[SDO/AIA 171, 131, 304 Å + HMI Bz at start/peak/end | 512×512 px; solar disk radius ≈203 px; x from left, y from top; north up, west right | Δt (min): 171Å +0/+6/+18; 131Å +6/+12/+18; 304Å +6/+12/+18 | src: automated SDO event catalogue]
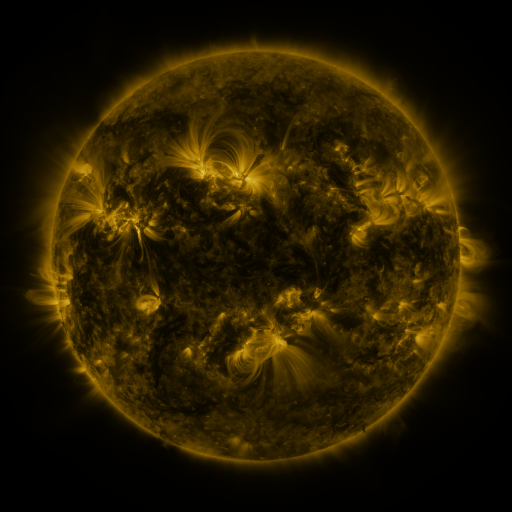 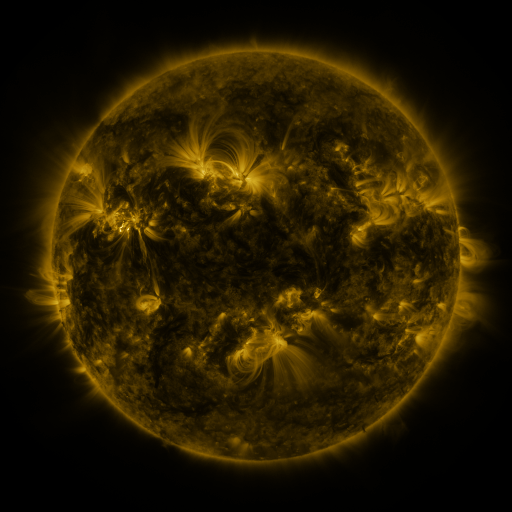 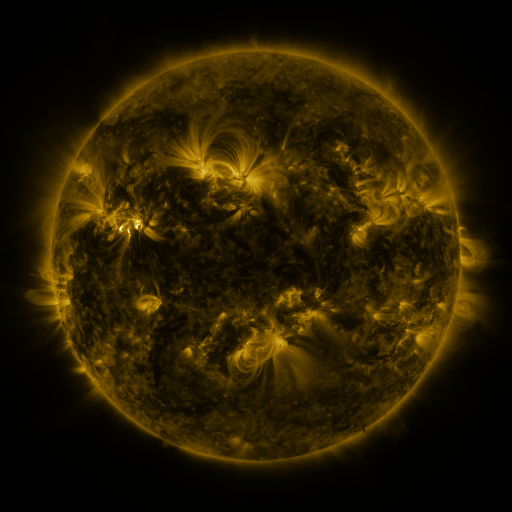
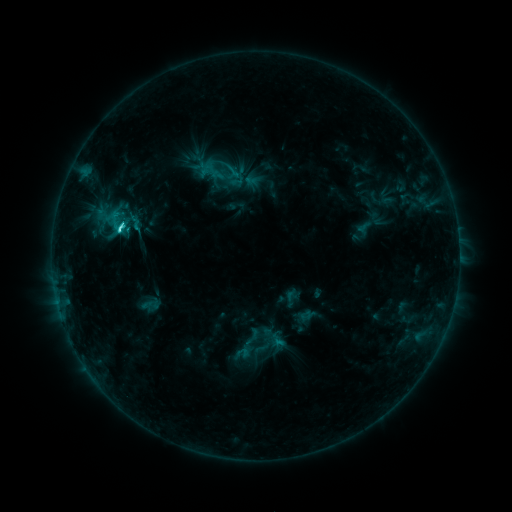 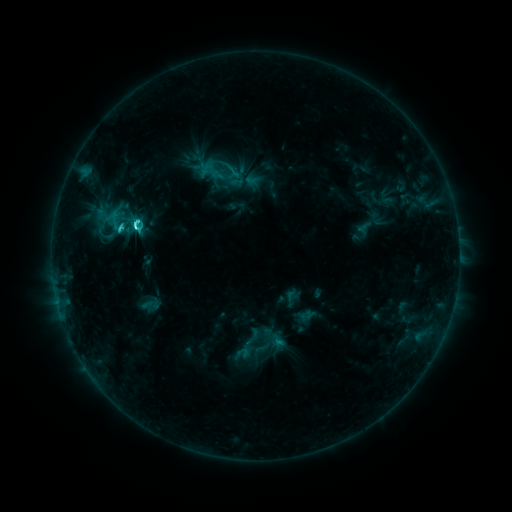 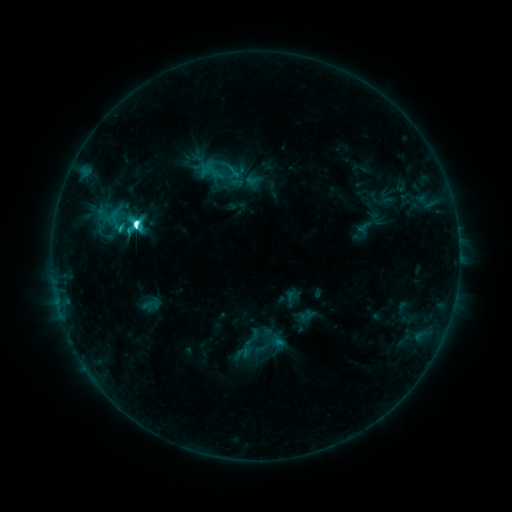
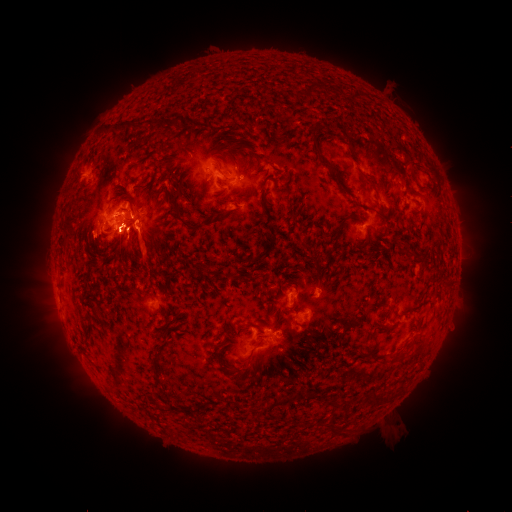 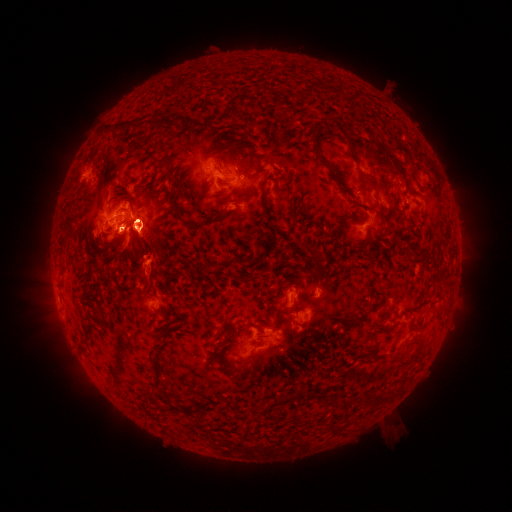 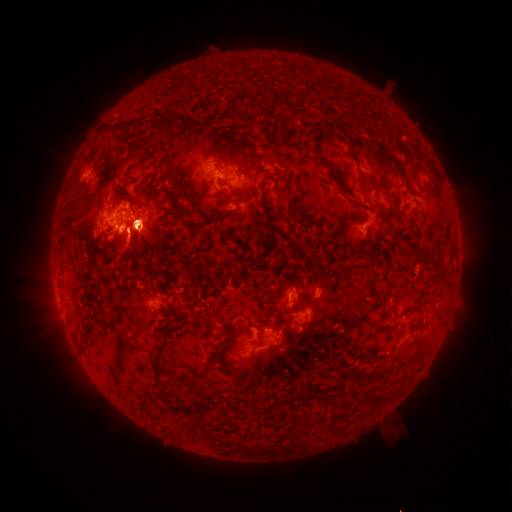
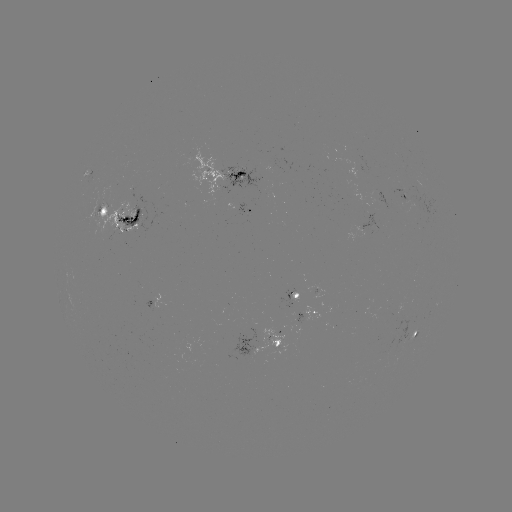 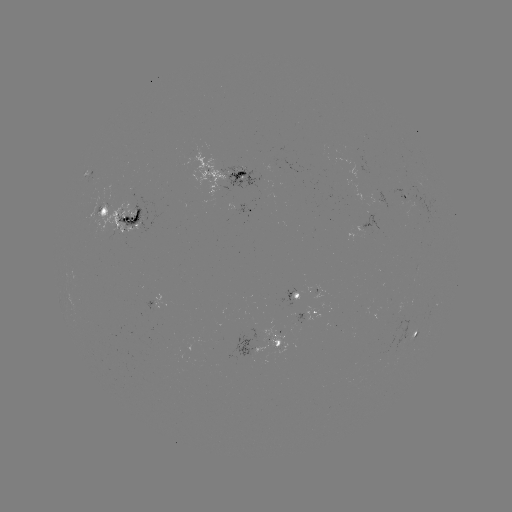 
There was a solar eruption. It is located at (57, 254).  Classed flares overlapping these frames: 1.